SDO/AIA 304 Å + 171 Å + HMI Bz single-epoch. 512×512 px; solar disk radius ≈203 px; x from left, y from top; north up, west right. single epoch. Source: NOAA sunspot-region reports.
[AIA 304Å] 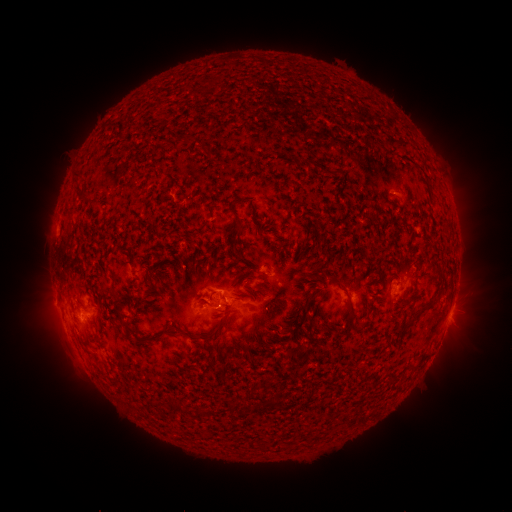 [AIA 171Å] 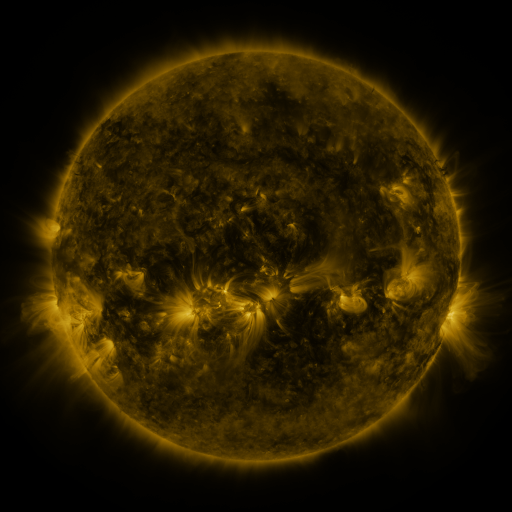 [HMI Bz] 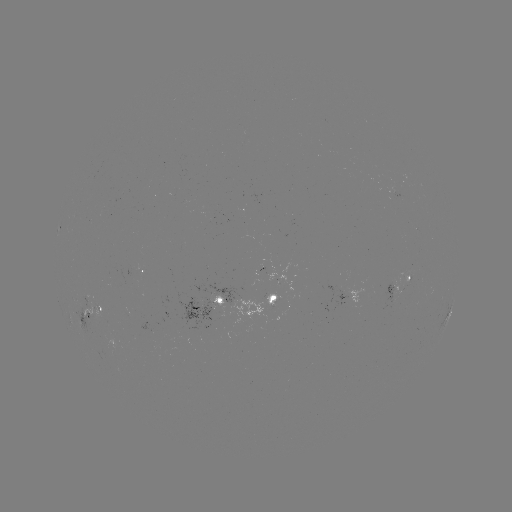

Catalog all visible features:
spotted active region: (145, 270)
spotted active region: (400, 282)
spotted active region: (269, 301)
spotted active region: (208, 305)
spotted active region: (95, 307)
spotted active region: (451, 311)
